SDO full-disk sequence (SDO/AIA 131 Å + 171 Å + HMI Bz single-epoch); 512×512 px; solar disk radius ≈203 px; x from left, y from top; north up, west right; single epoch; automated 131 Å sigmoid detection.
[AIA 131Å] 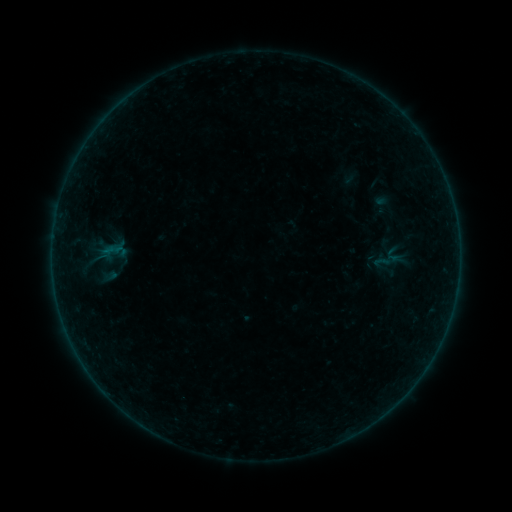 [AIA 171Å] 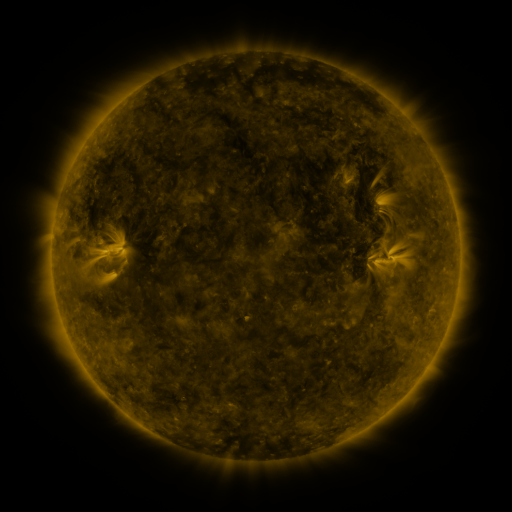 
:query sigmoid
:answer (388, 260)